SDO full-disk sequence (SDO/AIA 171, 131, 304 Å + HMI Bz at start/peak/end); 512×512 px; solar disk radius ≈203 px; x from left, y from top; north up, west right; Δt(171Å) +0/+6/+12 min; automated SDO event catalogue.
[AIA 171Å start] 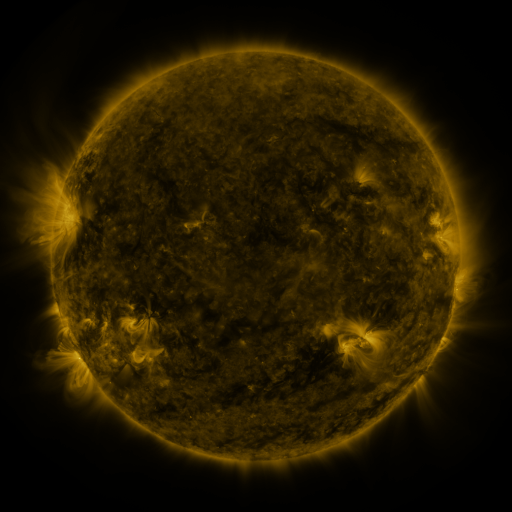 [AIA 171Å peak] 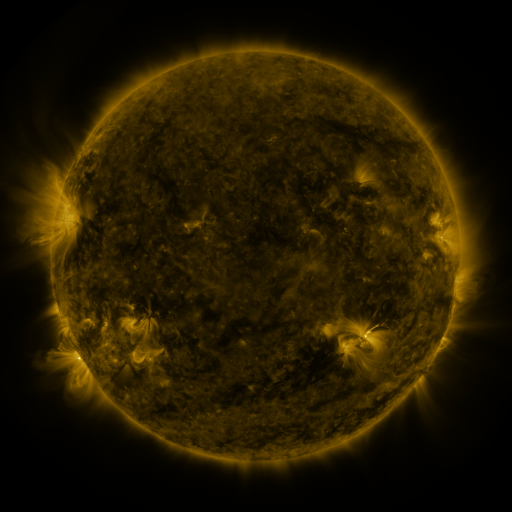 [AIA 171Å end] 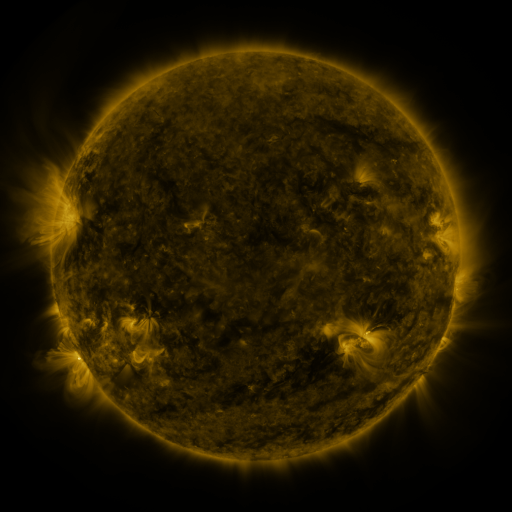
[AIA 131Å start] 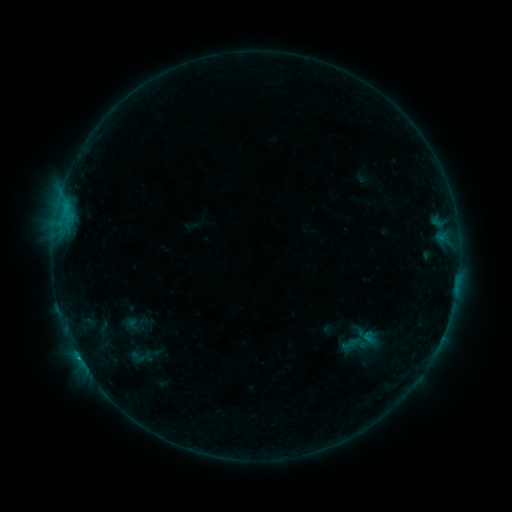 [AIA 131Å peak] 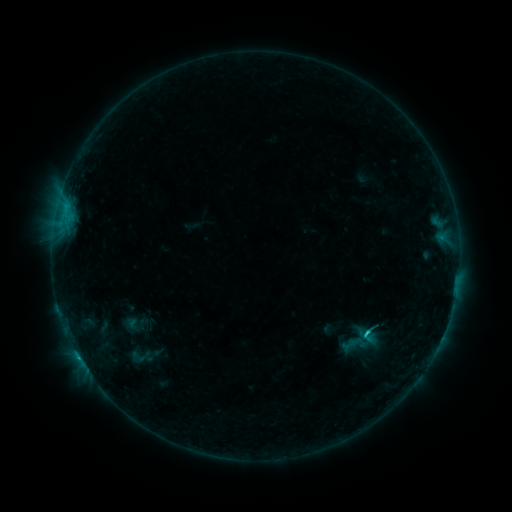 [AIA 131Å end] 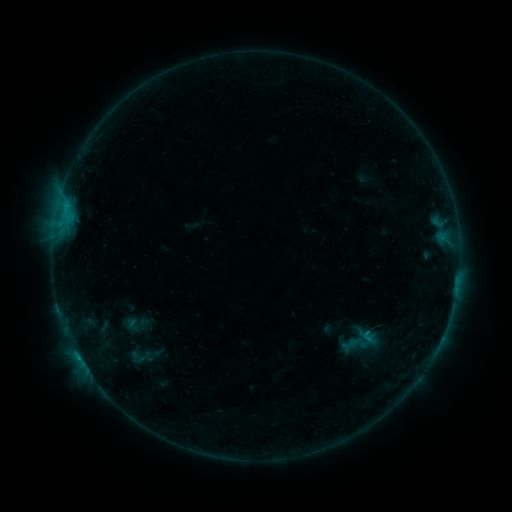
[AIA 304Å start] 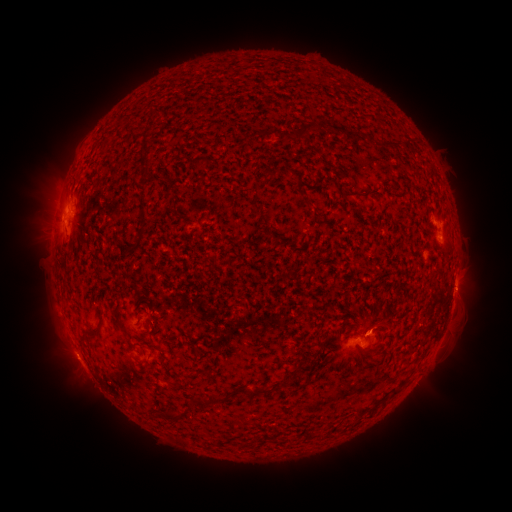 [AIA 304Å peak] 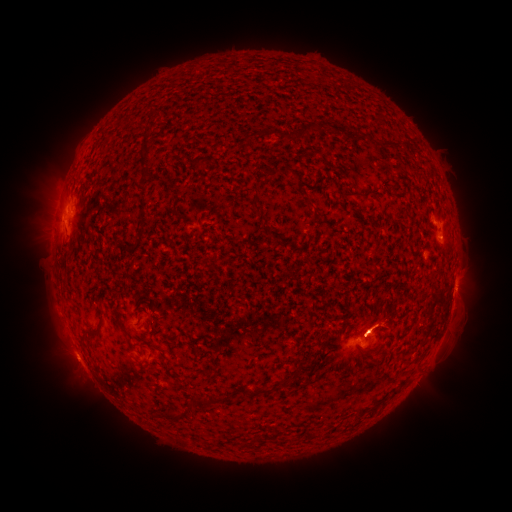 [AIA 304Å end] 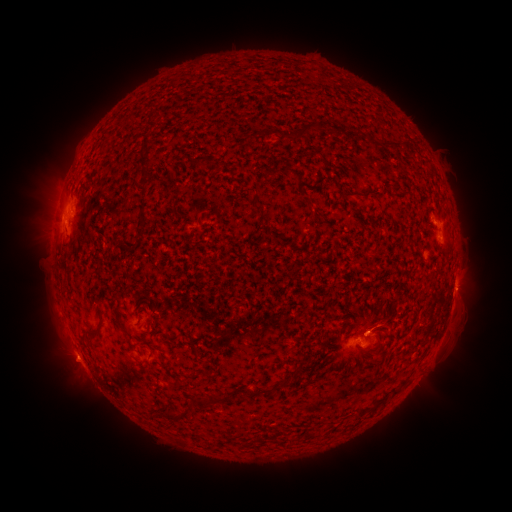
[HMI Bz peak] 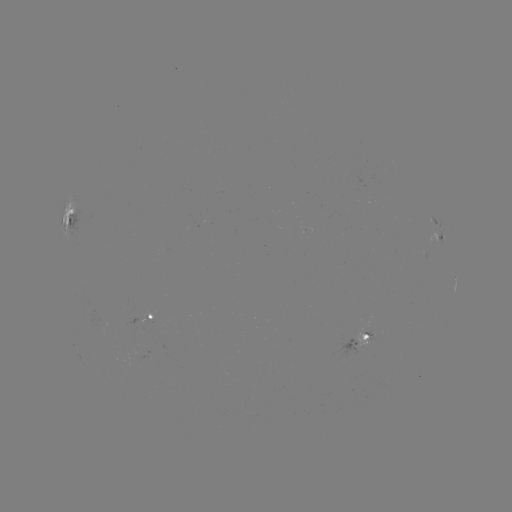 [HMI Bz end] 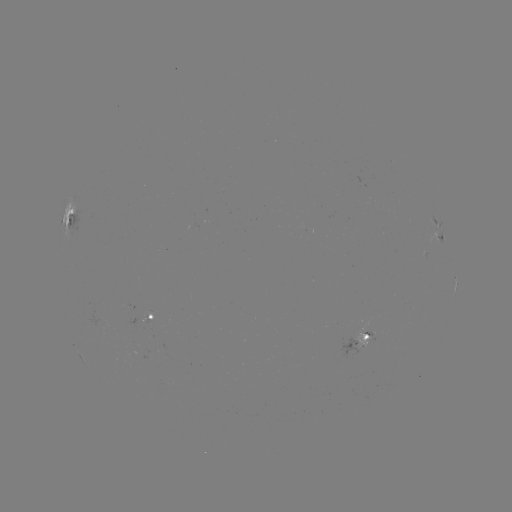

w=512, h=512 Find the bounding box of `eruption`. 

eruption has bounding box [348, 294, 412, 344].